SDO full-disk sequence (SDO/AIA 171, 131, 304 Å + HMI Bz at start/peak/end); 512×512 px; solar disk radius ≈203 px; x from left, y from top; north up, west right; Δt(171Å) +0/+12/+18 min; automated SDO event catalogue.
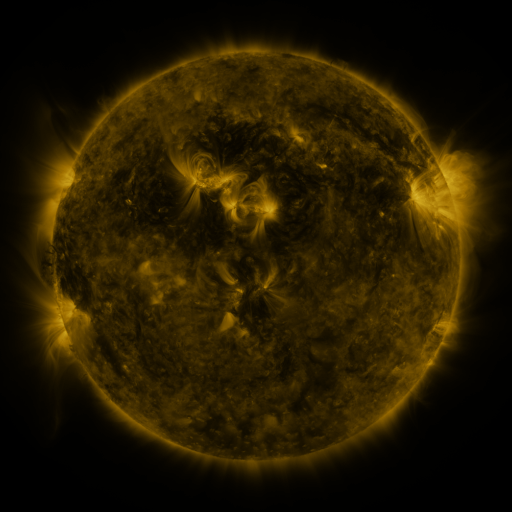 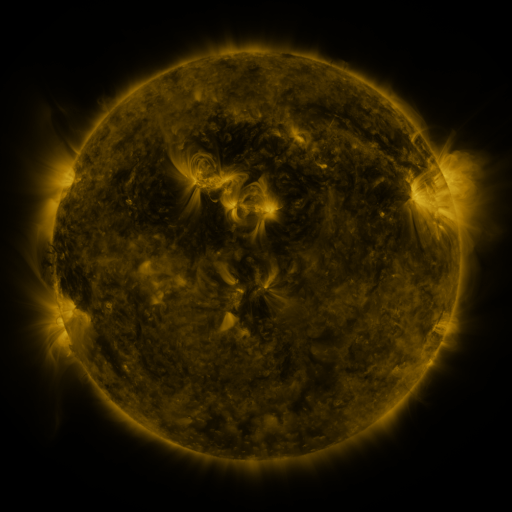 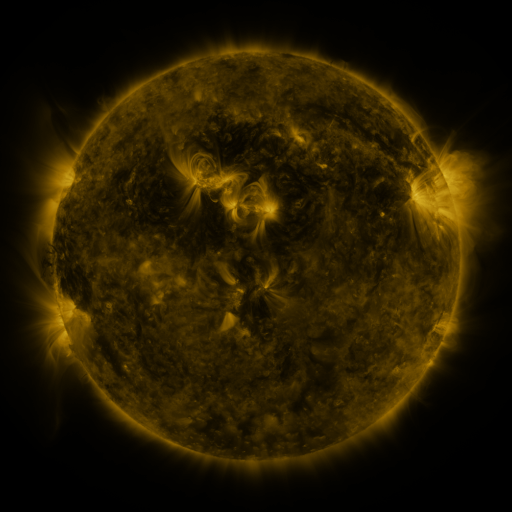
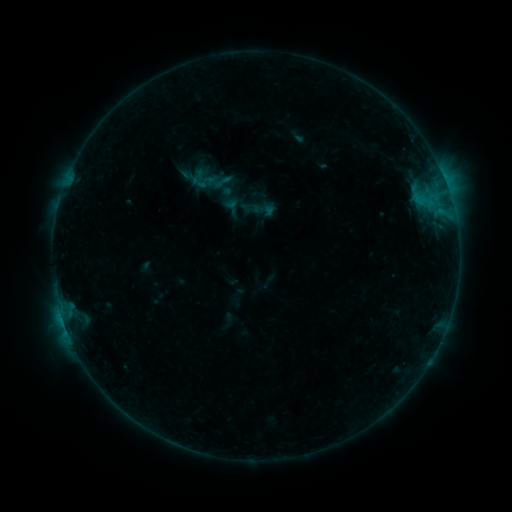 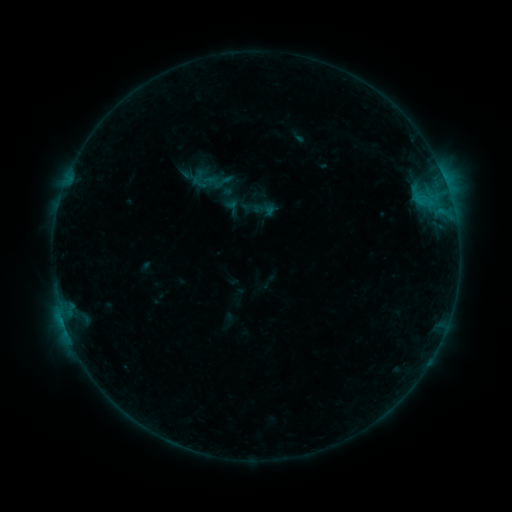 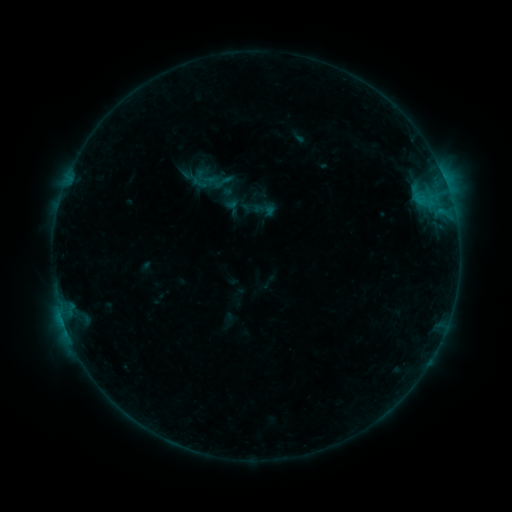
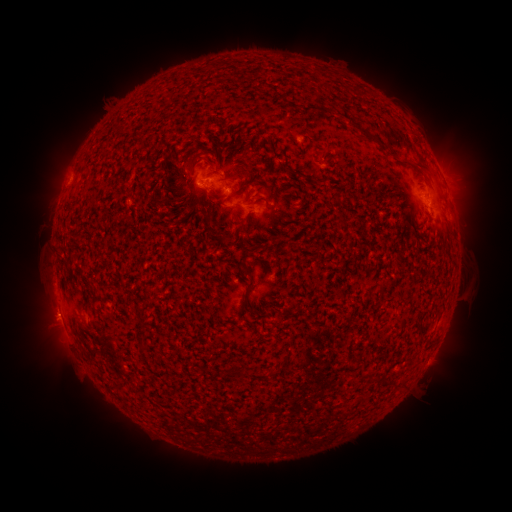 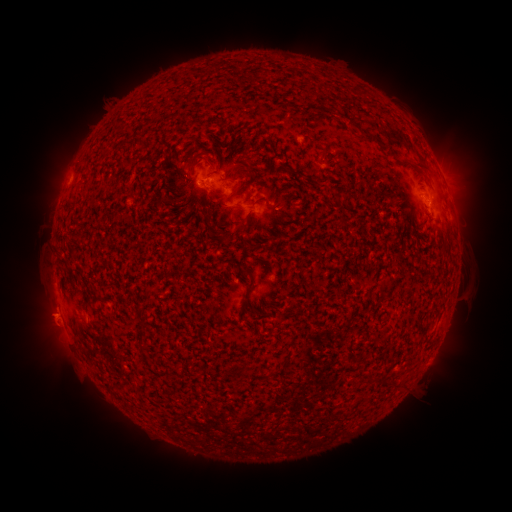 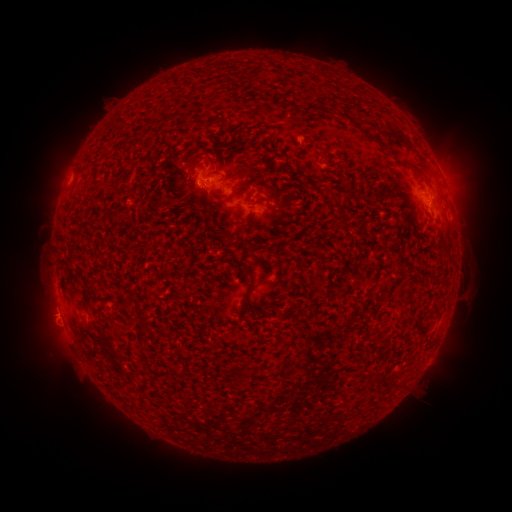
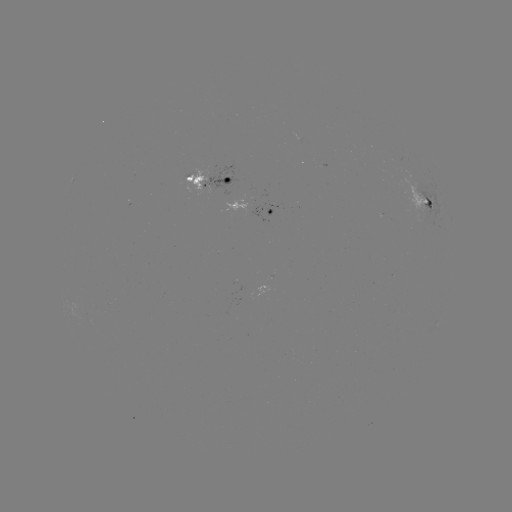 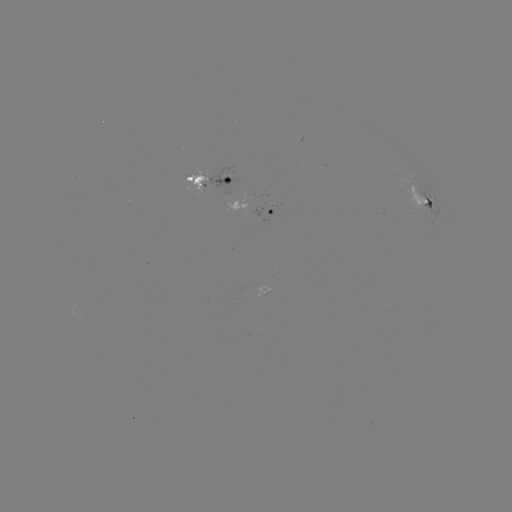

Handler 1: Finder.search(eruption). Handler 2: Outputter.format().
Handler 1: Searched eruption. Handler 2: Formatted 44,320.